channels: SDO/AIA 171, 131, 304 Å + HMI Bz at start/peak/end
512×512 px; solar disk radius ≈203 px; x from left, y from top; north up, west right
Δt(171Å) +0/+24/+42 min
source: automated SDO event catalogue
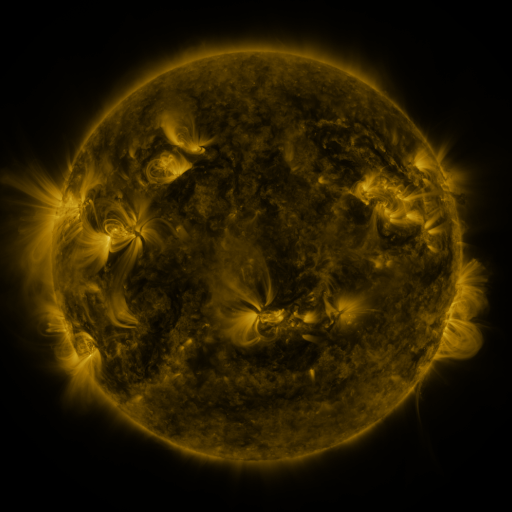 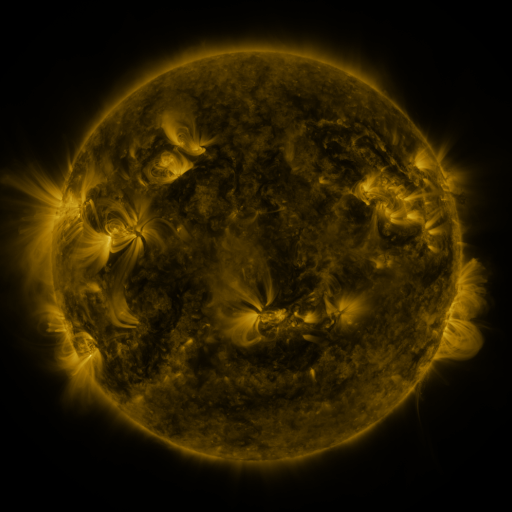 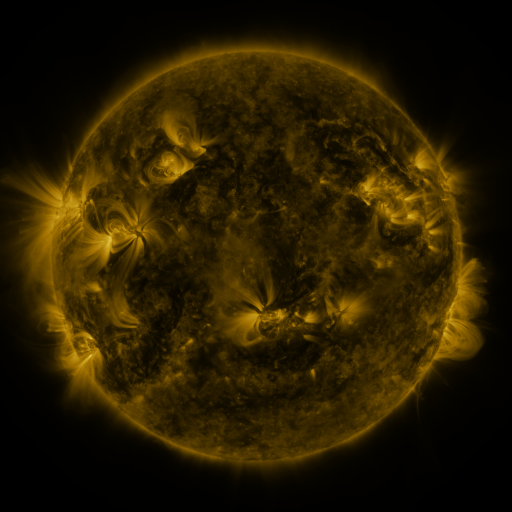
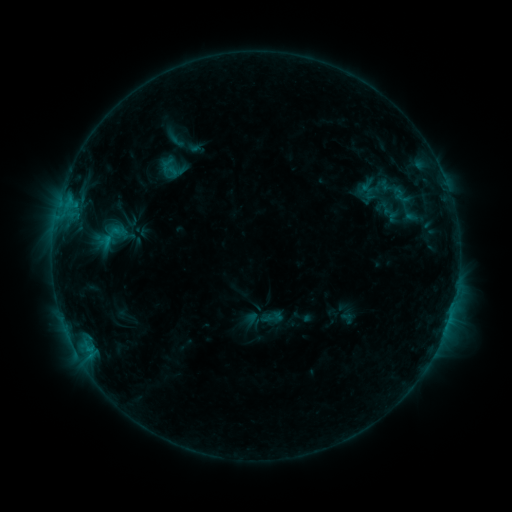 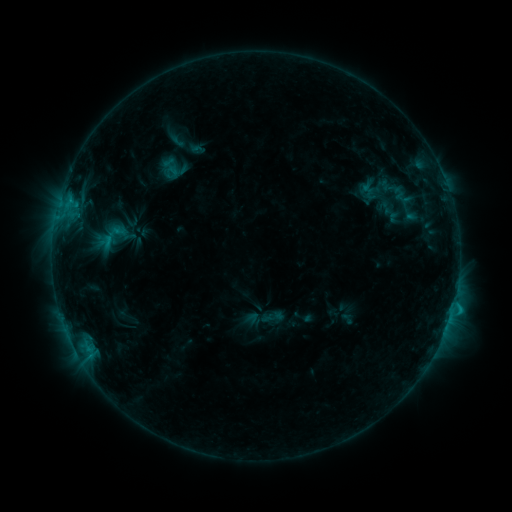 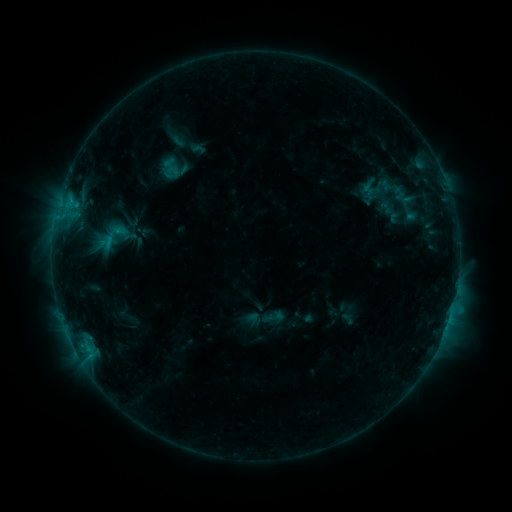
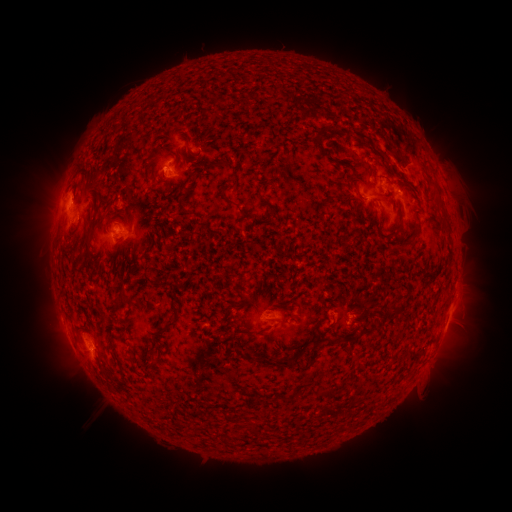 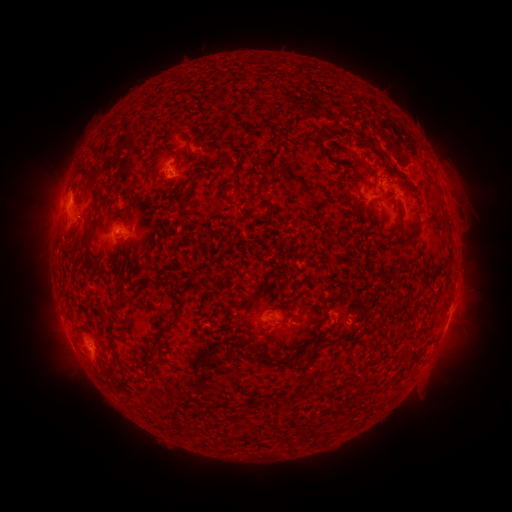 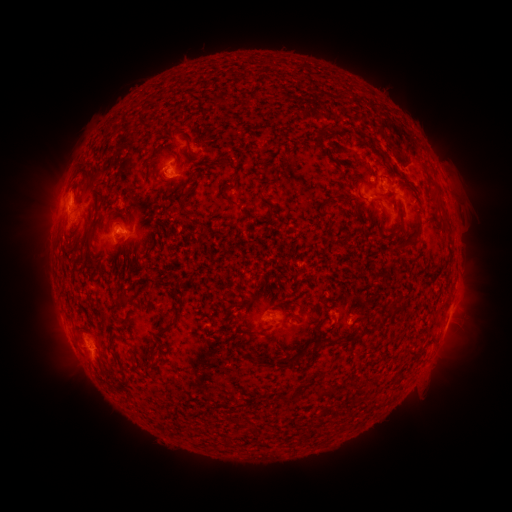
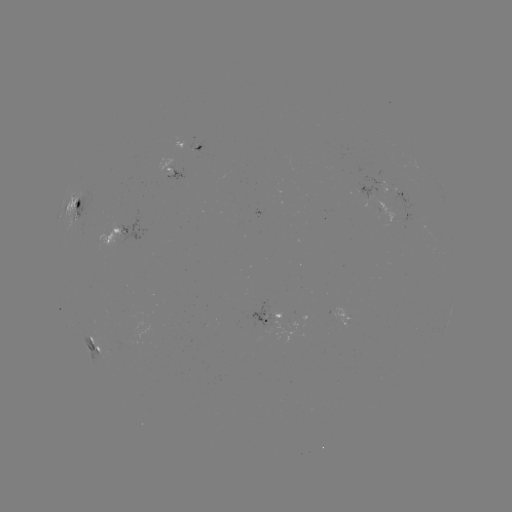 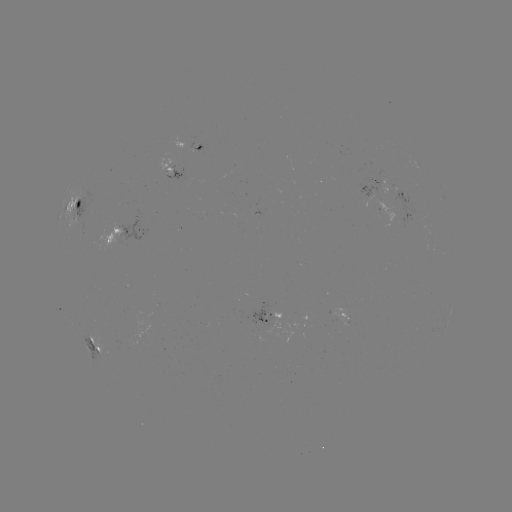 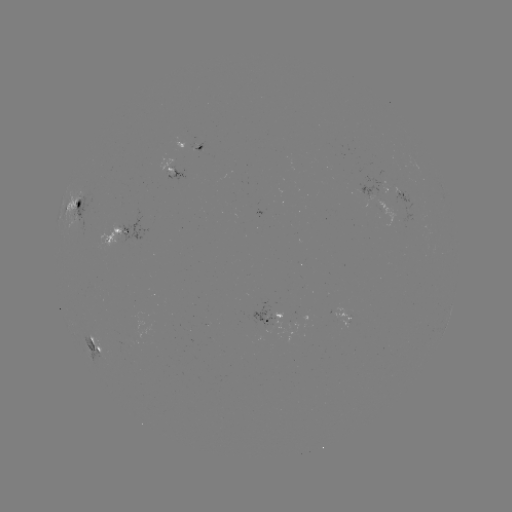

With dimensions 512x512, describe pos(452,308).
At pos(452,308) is C1.1 flare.